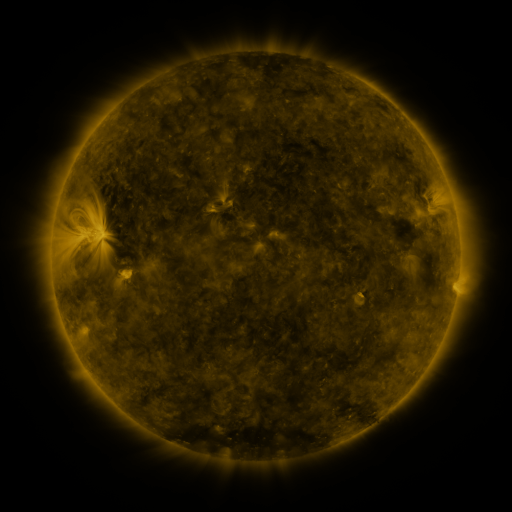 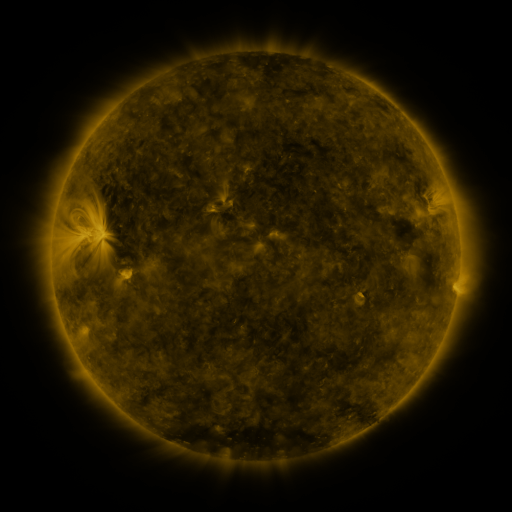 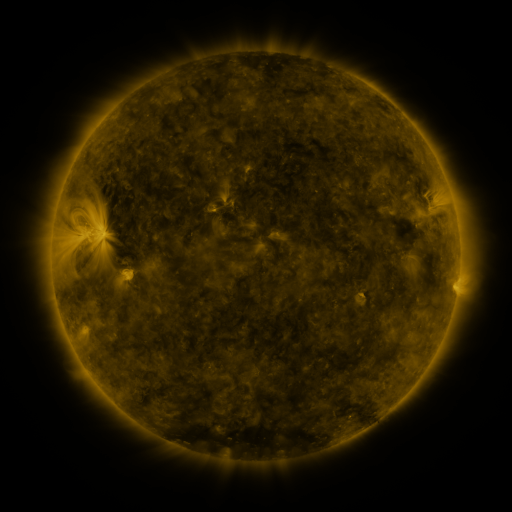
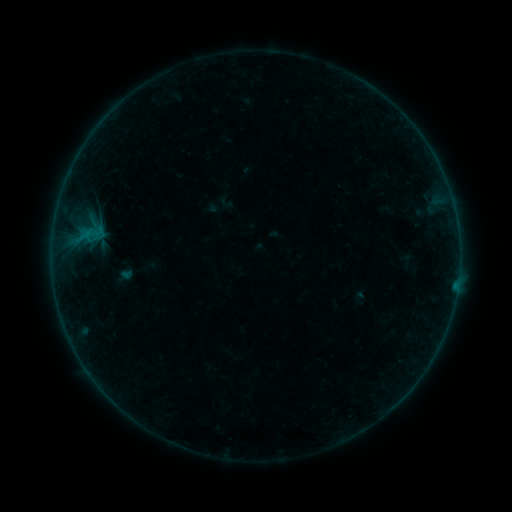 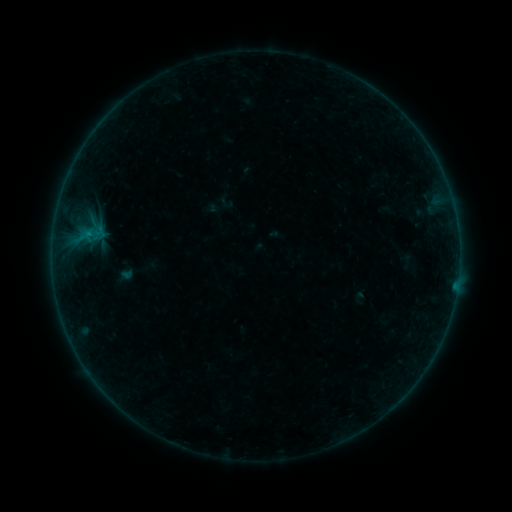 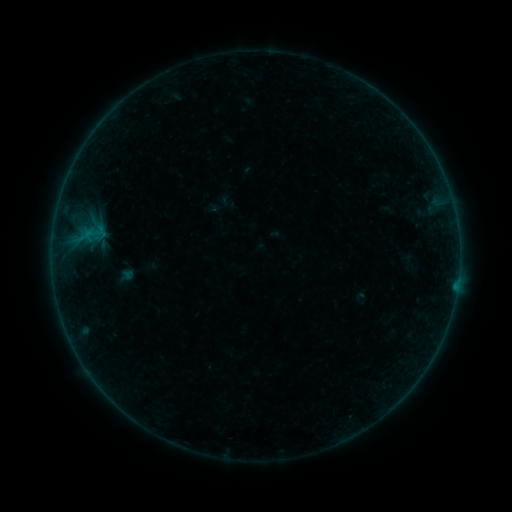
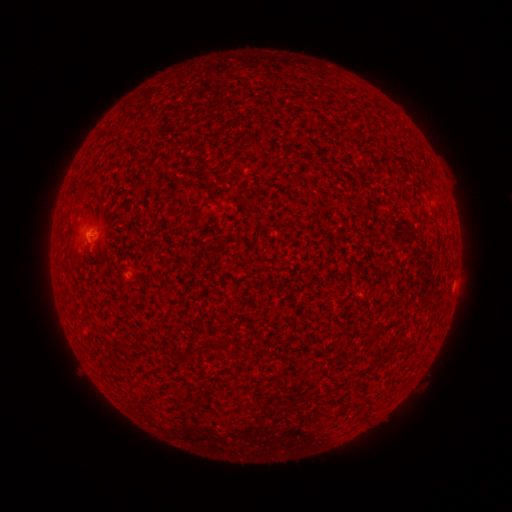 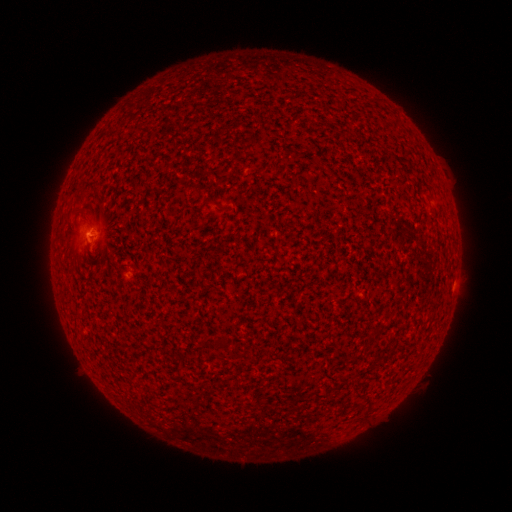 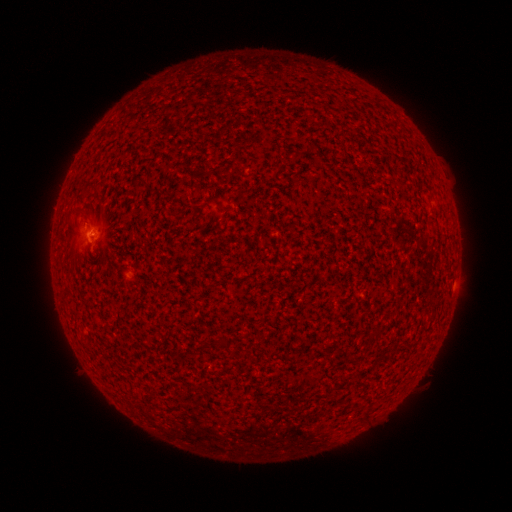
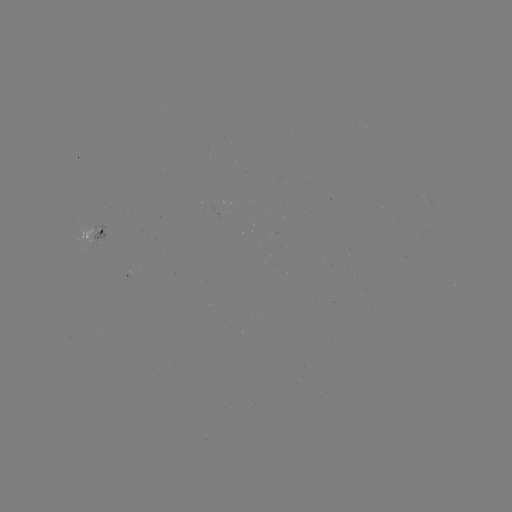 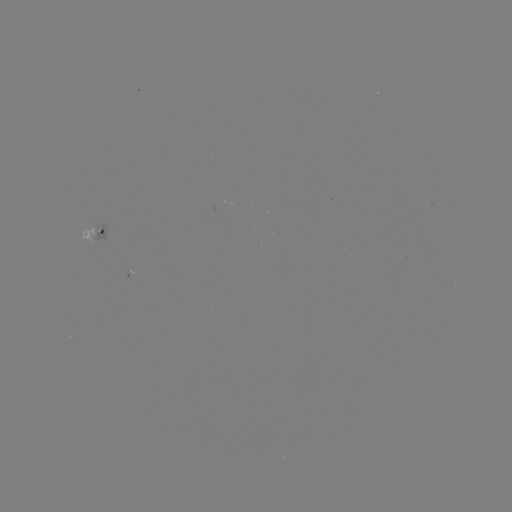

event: flare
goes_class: A9.5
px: (89, 235)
